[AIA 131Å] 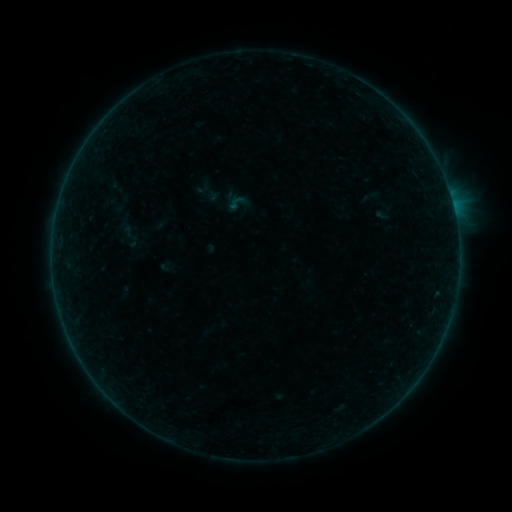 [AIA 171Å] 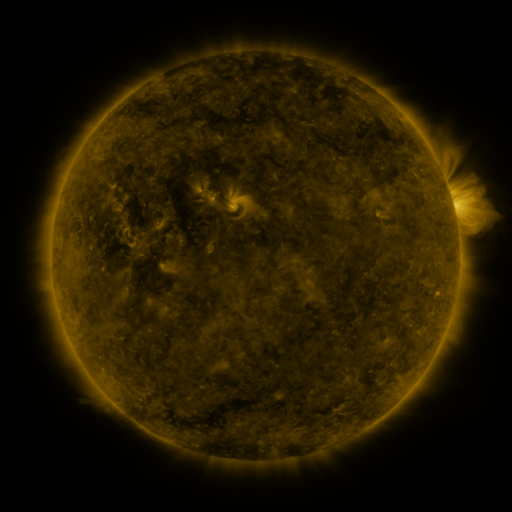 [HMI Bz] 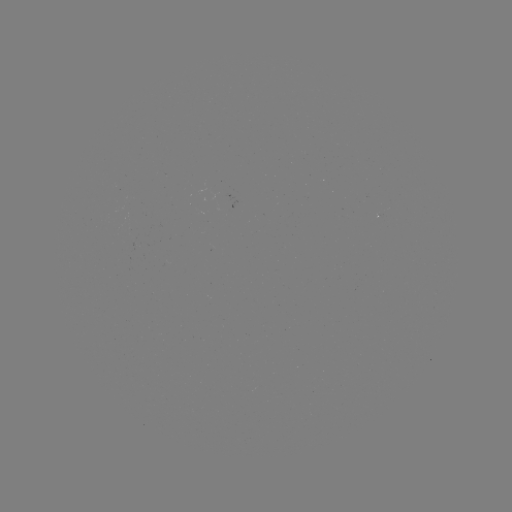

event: sigmoid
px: (114, 205)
